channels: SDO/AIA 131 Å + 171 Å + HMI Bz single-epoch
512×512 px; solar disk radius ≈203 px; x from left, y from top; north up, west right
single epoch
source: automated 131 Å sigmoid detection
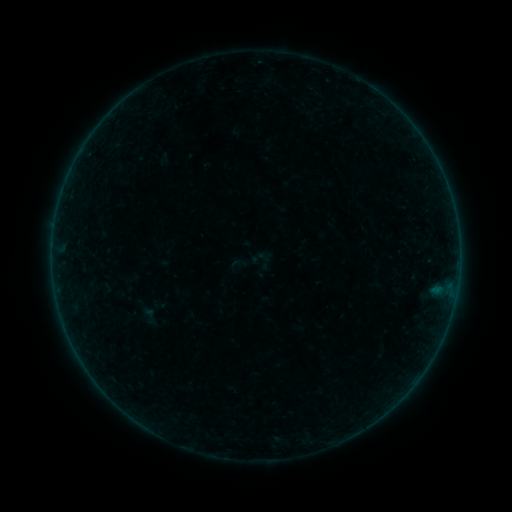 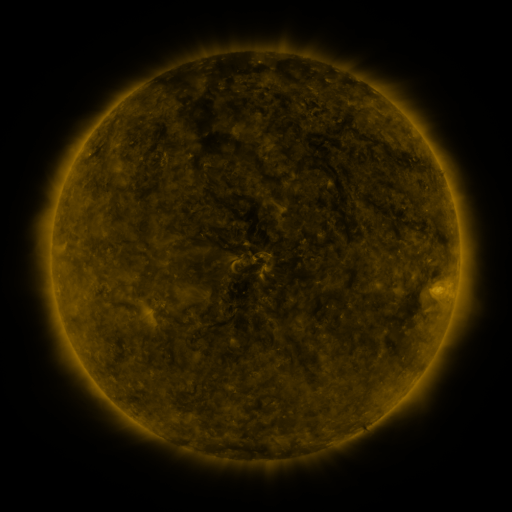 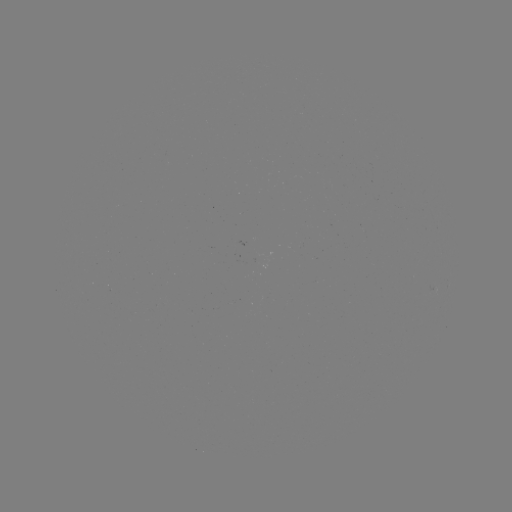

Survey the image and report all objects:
sigmoid: (261, 257)
